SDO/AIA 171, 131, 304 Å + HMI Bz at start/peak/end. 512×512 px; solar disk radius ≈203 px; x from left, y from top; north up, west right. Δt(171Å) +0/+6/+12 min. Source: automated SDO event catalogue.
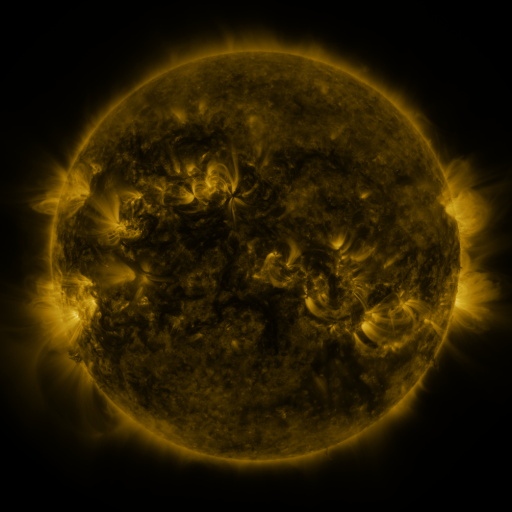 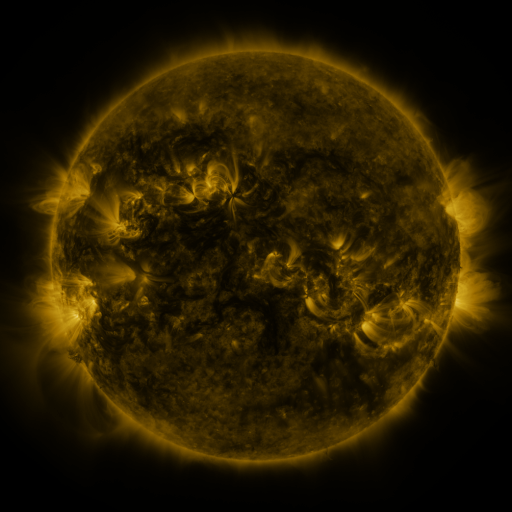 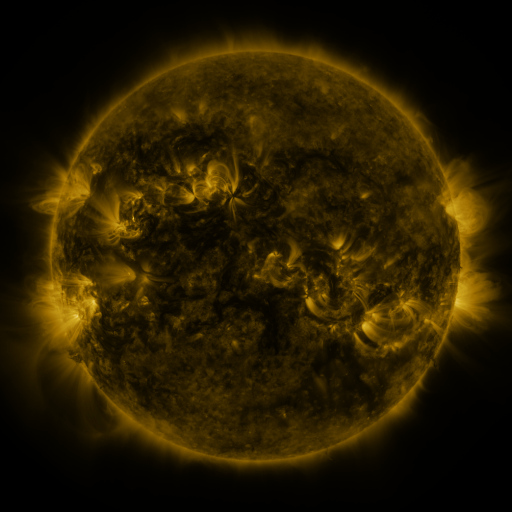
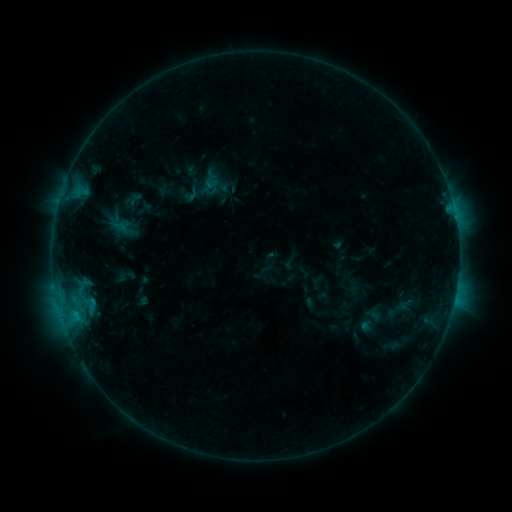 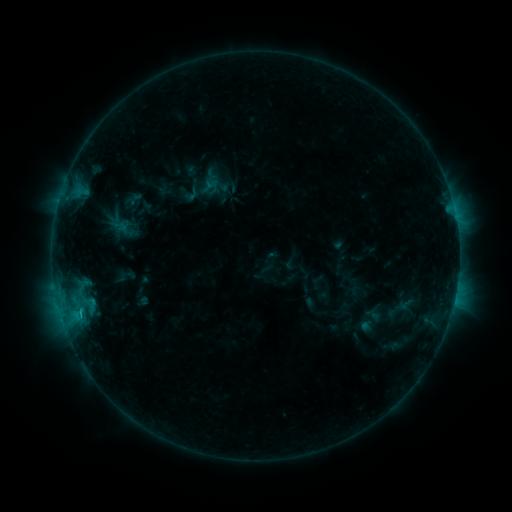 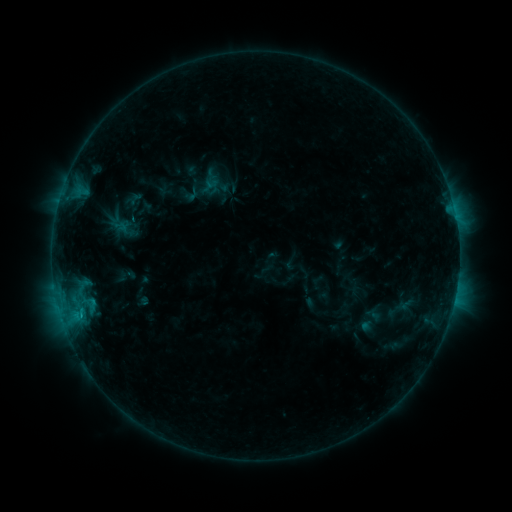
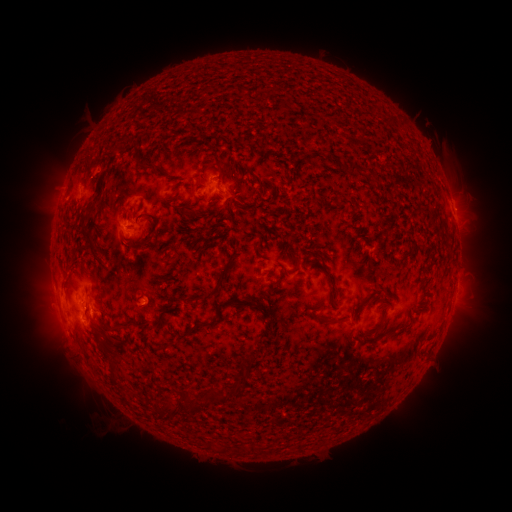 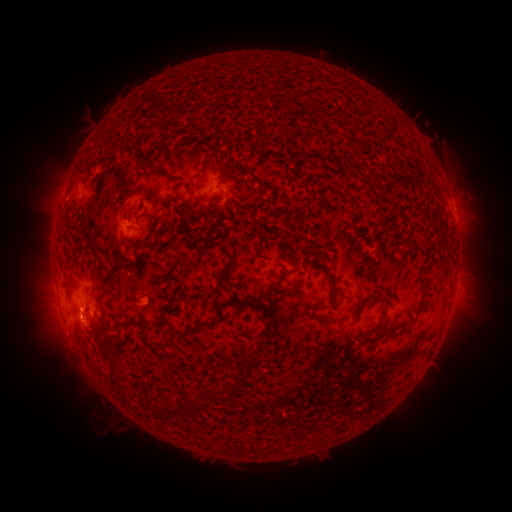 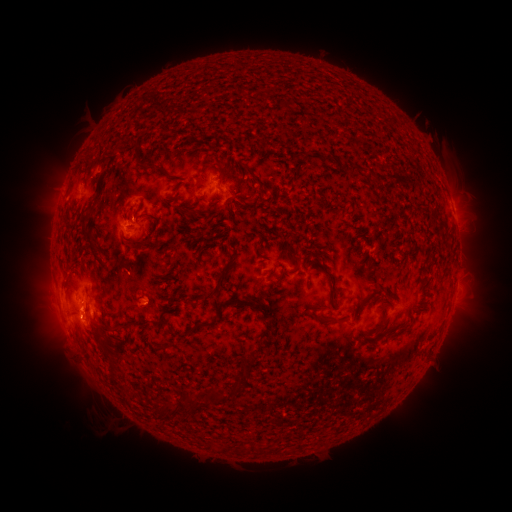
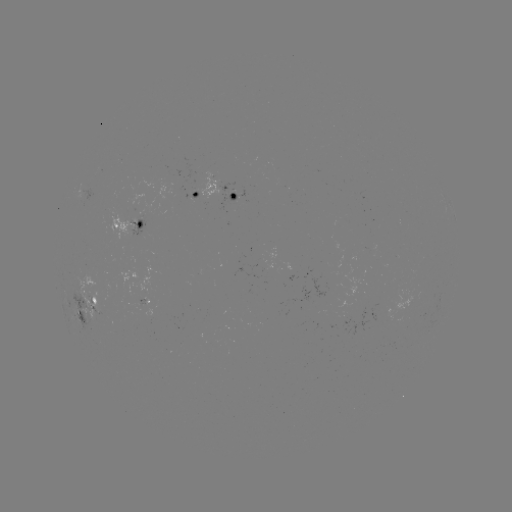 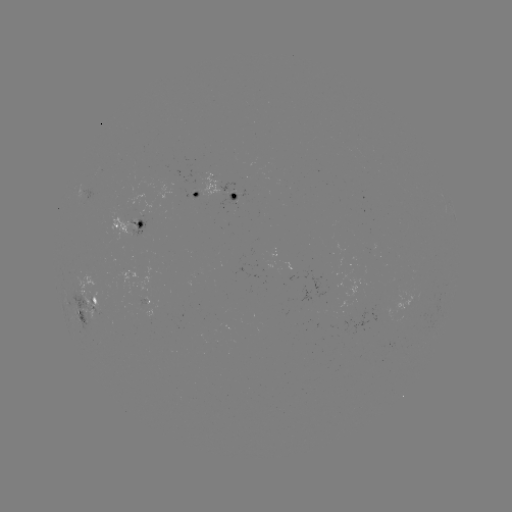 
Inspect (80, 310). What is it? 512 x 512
B9.1 flare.